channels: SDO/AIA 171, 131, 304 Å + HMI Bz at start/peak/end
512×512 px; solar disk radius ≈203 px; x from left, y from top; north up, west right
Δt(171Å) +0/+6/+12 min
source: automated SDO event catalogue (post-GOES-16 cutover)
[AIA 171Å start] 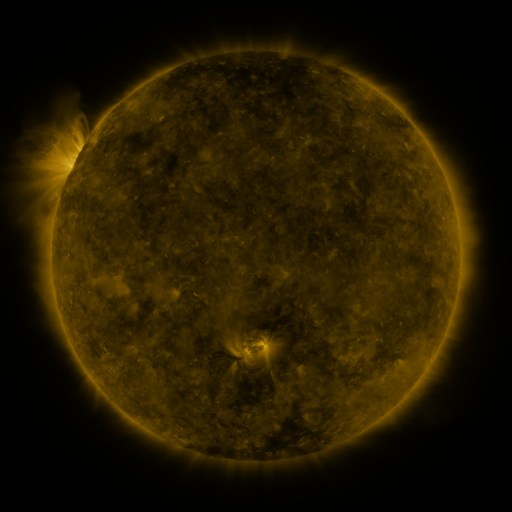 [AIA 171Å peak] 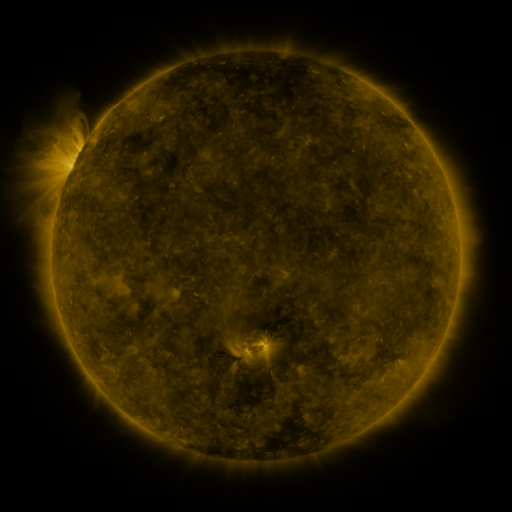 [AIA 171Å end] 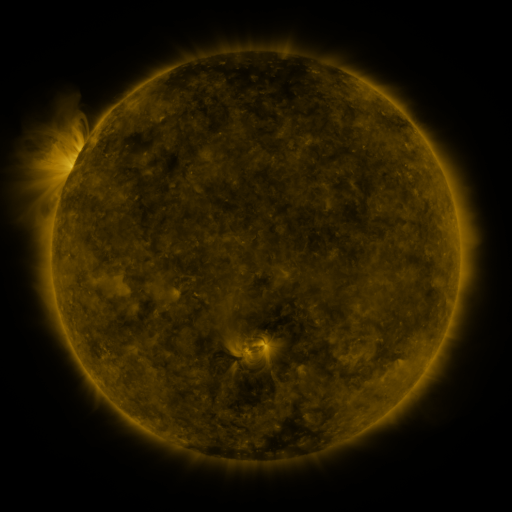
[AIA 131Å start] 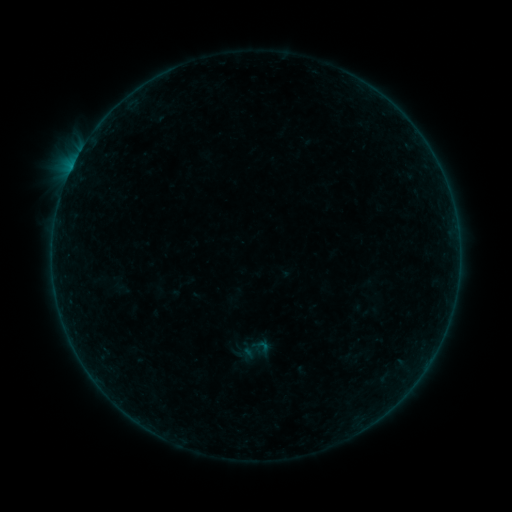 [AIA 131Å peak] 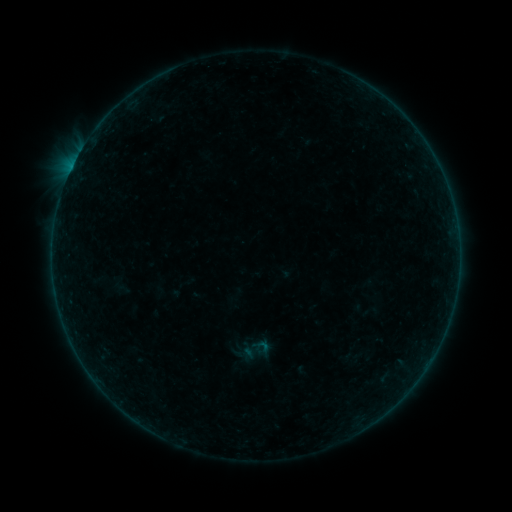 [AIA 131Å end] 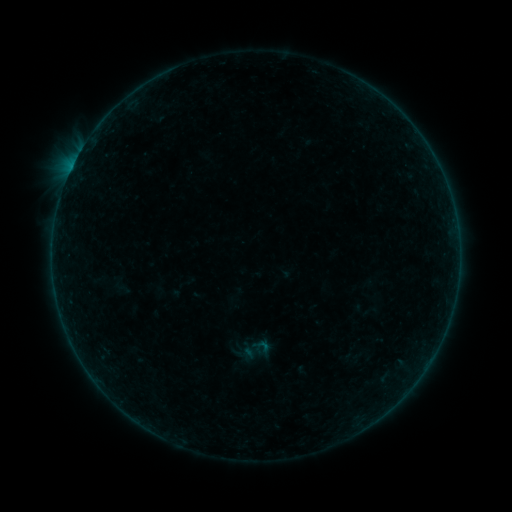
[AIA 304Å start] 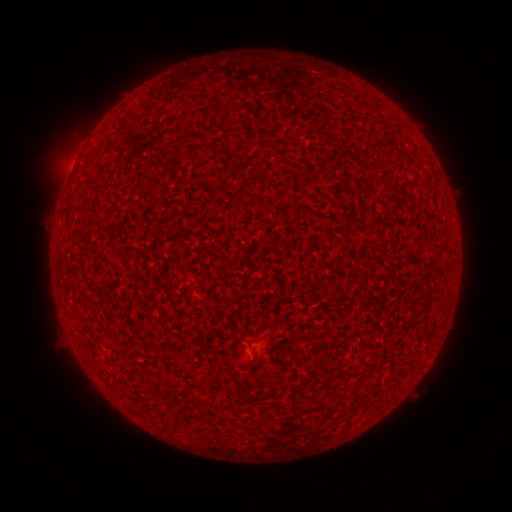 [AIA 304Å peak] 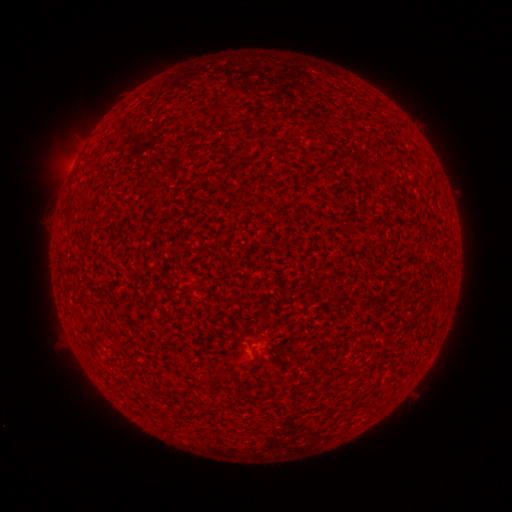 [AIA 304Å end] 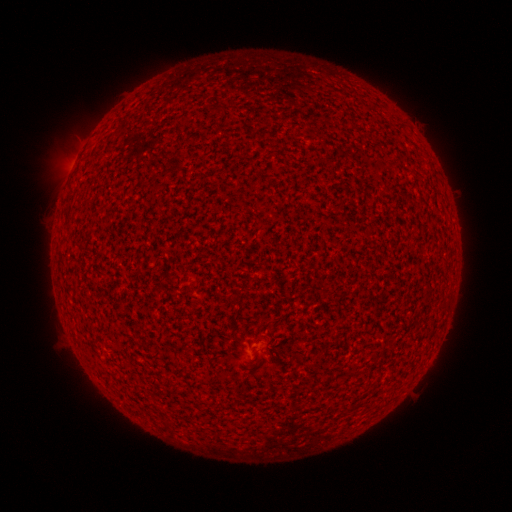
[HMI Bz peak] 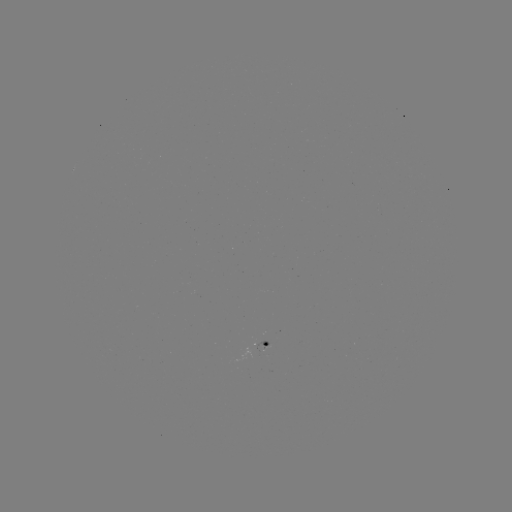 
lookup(A7.5 flare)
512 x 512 75,165